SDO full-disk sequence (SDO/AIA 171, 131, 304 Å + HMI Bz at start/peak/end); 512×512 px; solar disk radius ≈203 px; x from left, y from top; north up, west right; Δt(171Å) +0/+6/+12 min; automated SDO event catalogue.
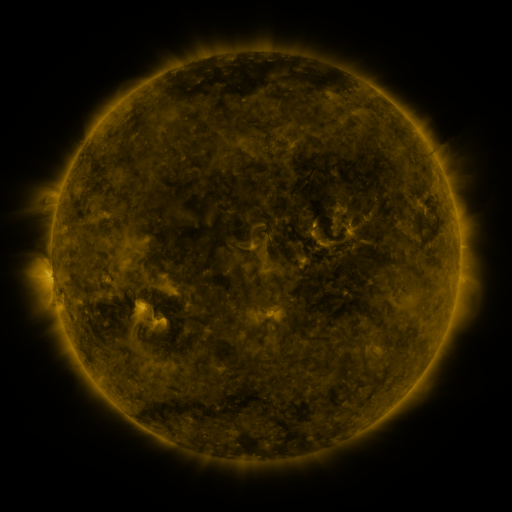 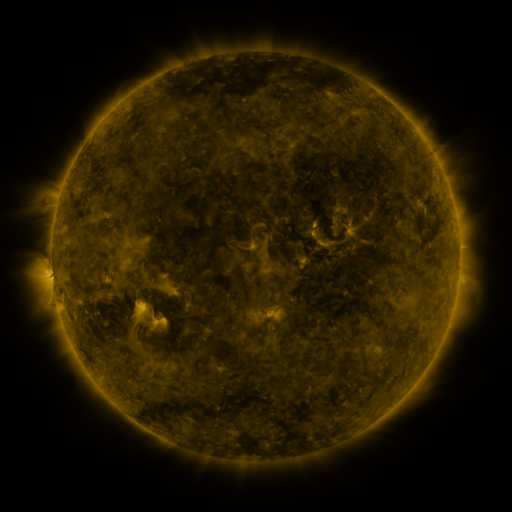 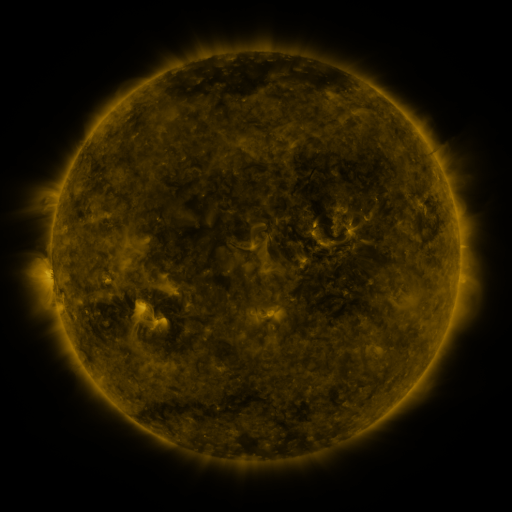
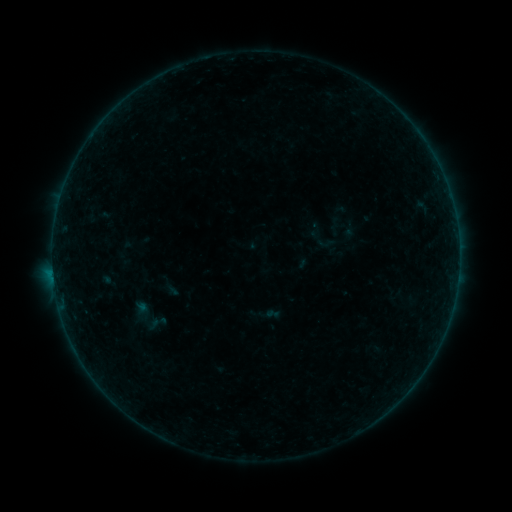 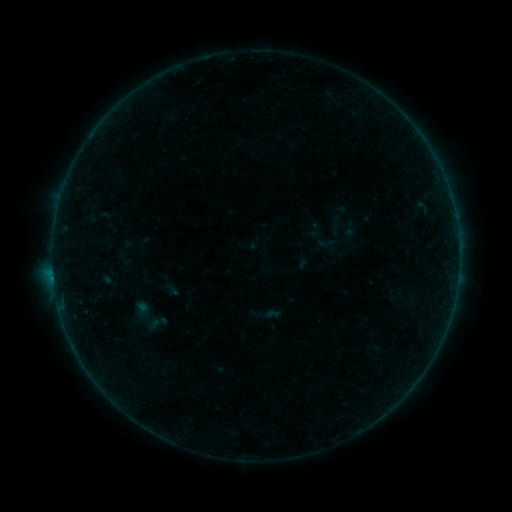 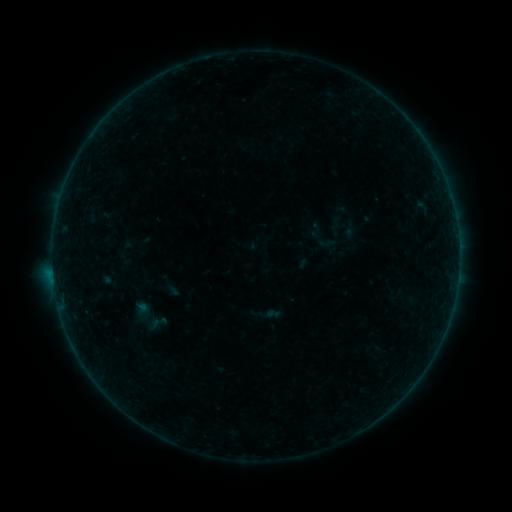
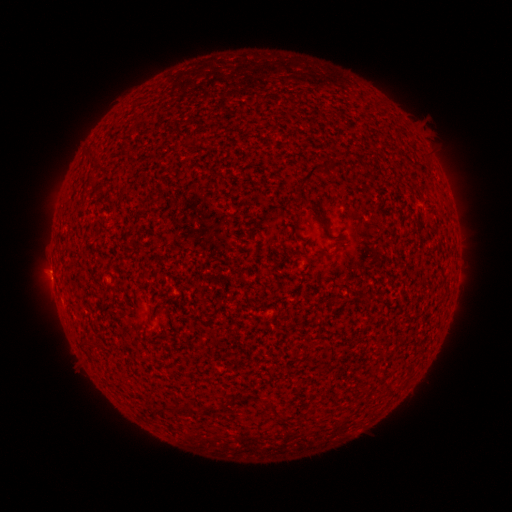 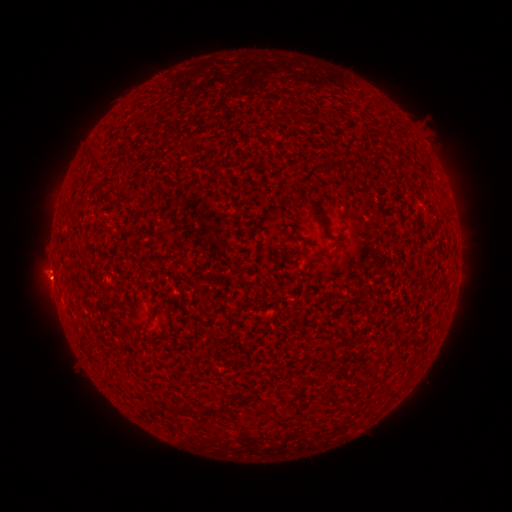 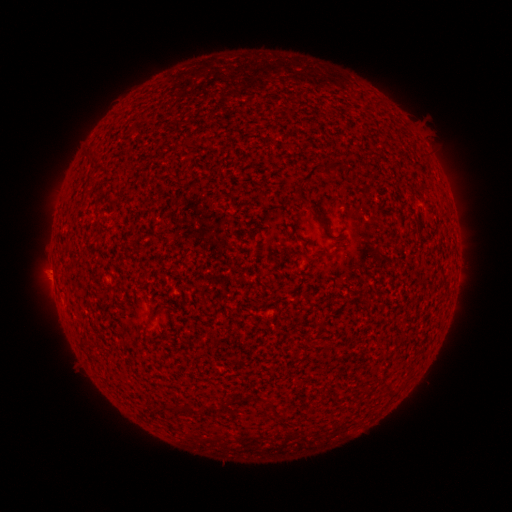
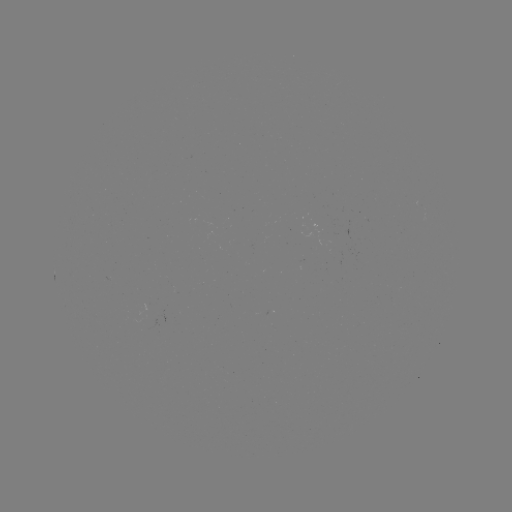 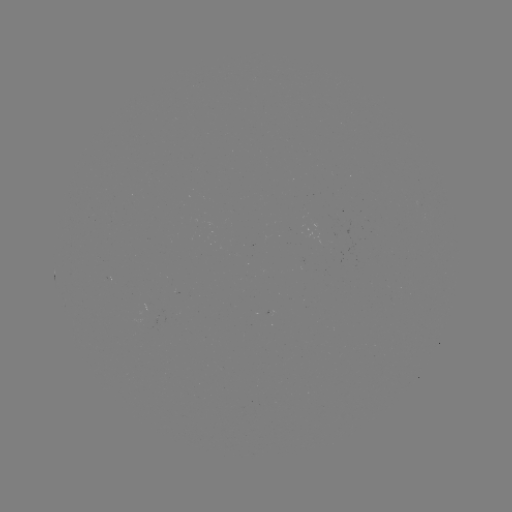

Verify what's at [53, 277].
B2.0 flare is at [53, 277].